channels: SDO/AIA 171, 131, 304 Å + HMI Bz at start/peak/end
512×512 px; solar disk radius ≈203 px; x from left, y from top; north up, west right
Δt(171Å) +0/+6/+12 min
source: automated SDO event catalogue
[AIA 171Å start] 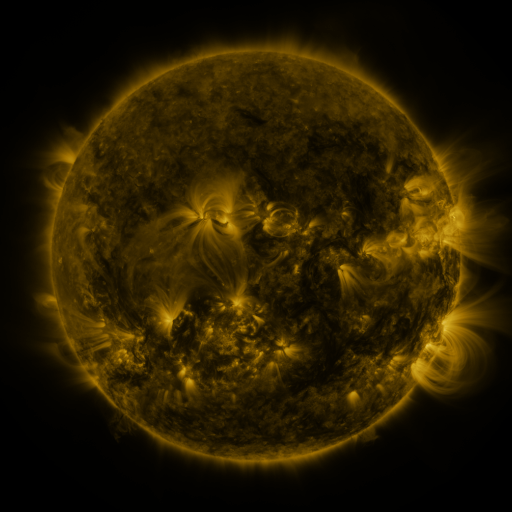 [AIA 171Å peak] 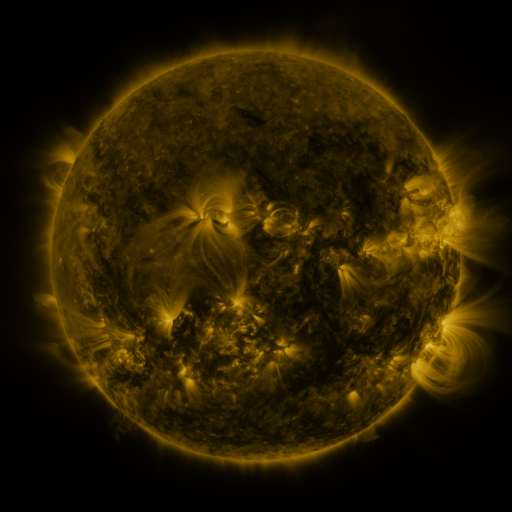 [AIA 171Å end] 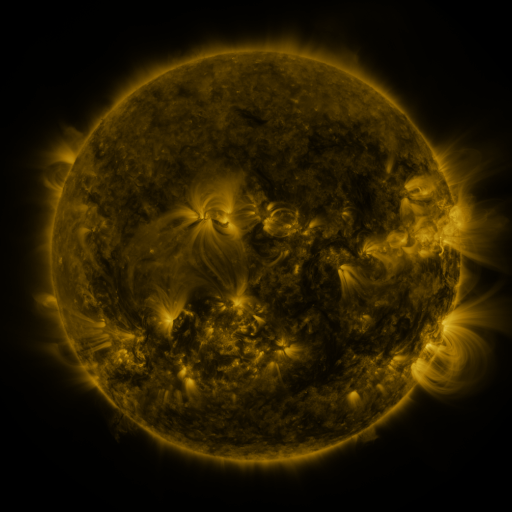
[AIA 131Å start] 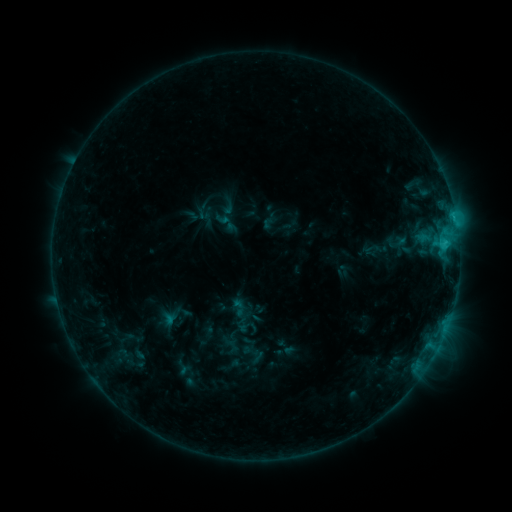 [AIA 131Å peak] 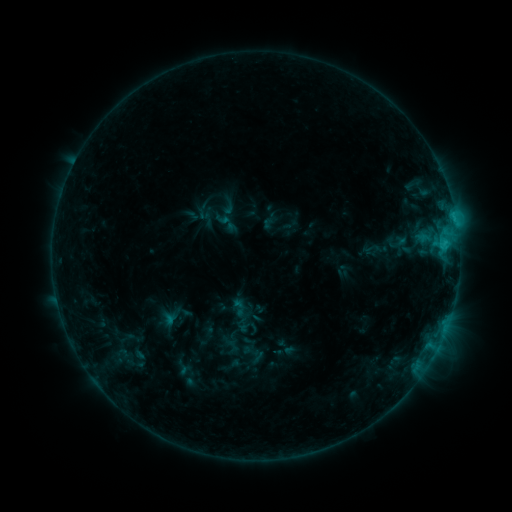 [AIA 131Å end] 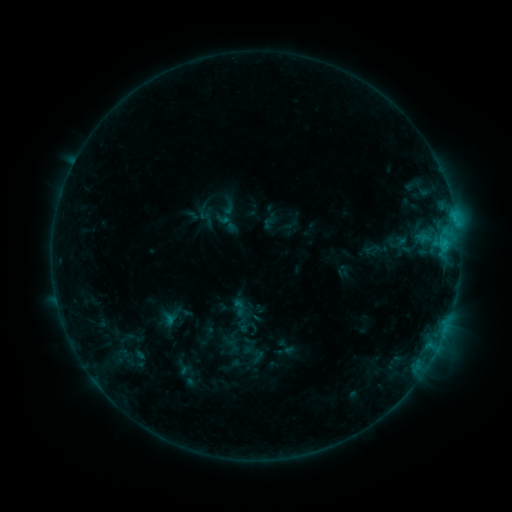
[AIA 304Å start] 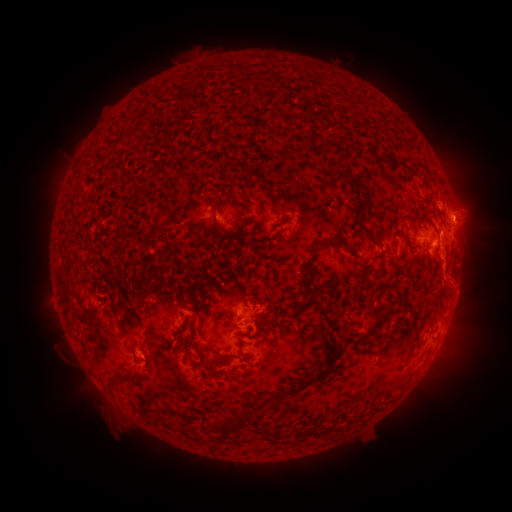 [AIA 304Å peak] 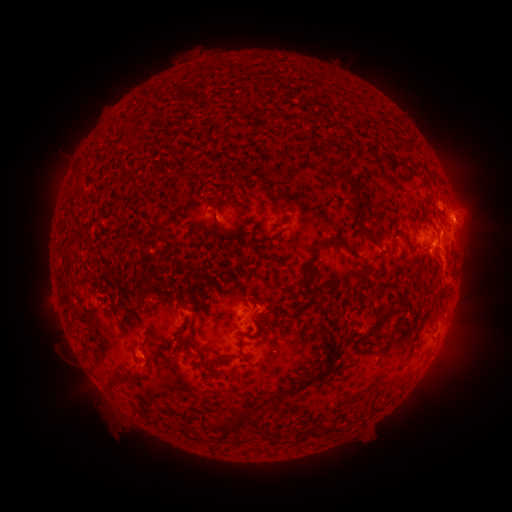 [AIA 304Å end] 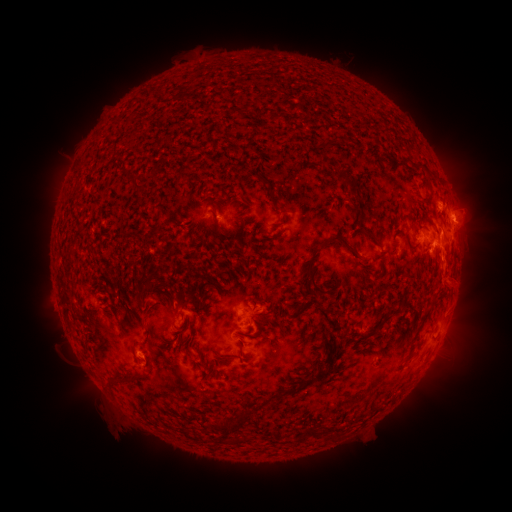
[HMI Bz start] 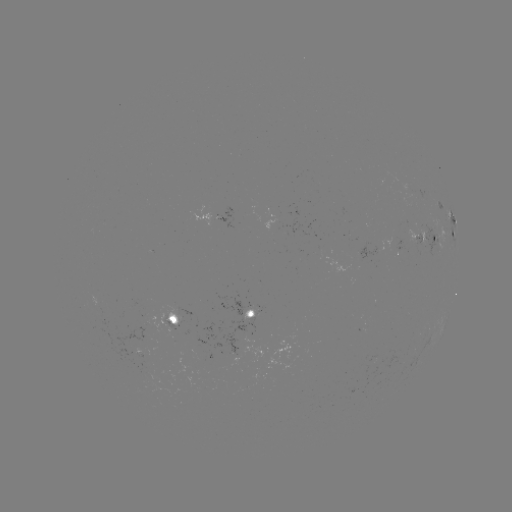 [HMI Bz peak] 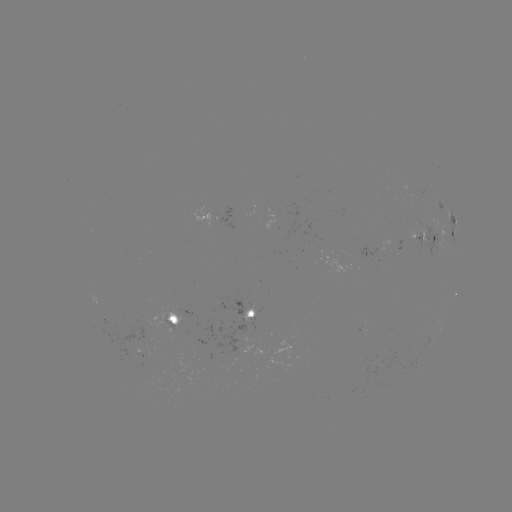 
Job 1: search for eruption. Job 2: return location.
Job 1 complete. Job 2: [465, 298].